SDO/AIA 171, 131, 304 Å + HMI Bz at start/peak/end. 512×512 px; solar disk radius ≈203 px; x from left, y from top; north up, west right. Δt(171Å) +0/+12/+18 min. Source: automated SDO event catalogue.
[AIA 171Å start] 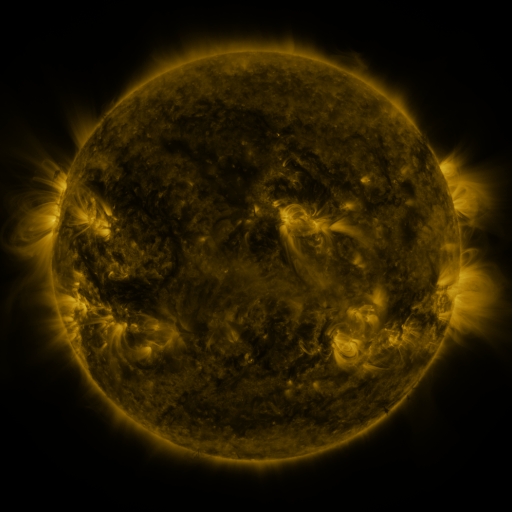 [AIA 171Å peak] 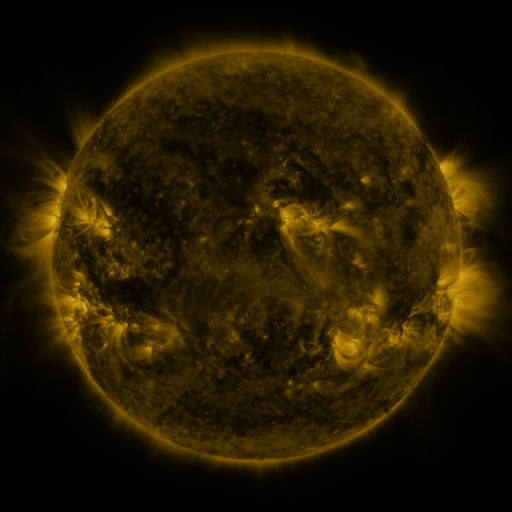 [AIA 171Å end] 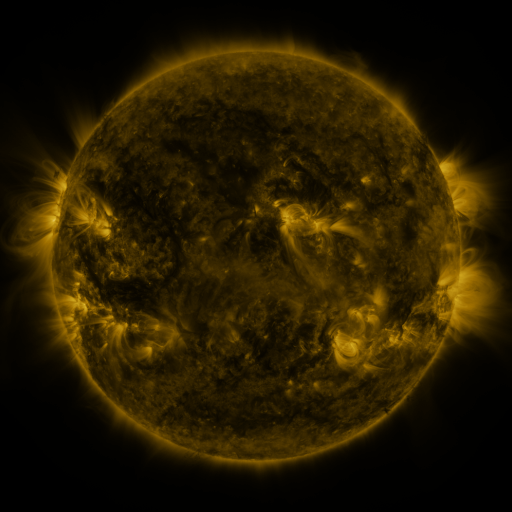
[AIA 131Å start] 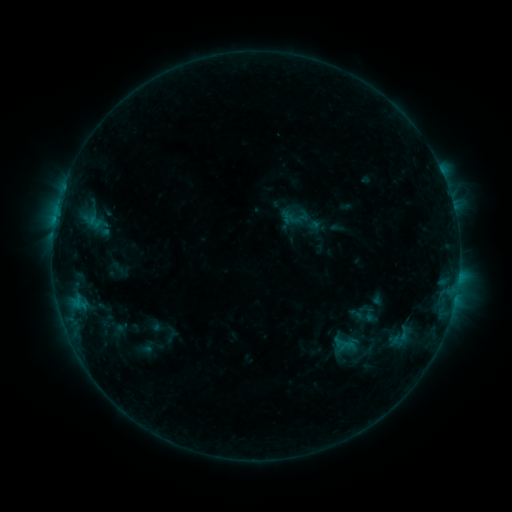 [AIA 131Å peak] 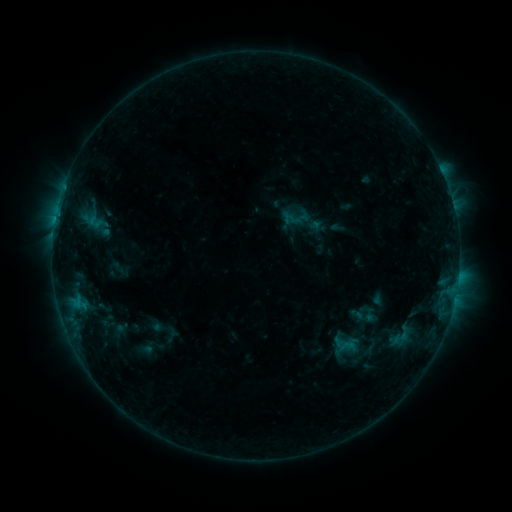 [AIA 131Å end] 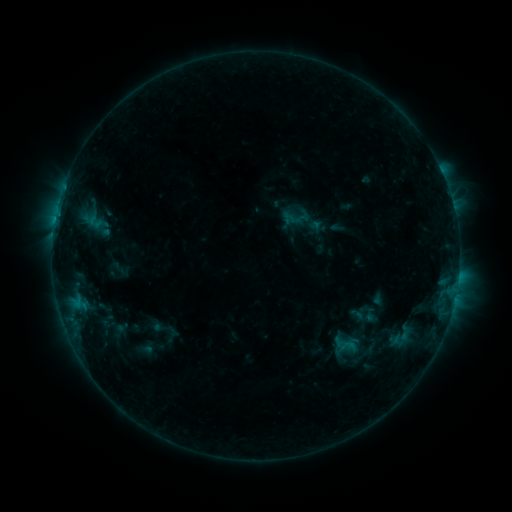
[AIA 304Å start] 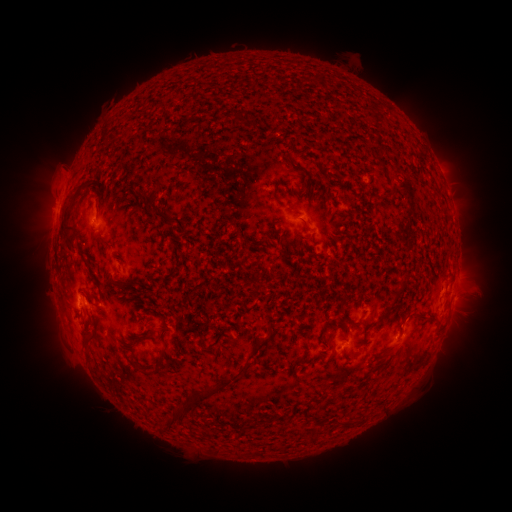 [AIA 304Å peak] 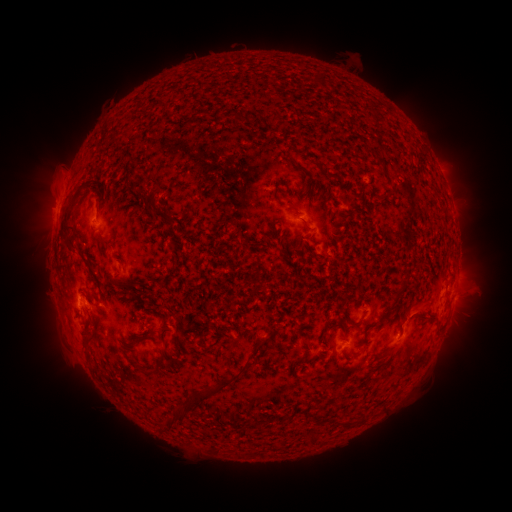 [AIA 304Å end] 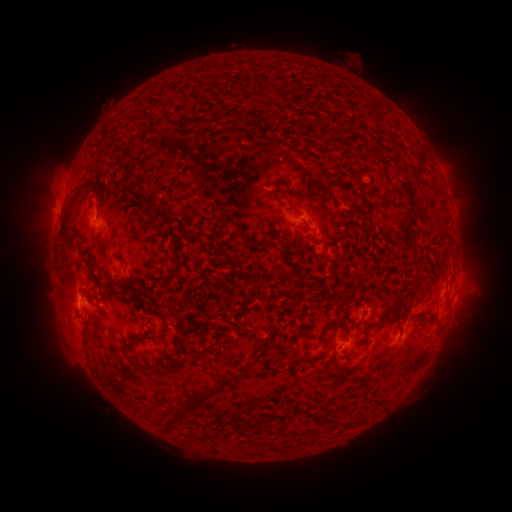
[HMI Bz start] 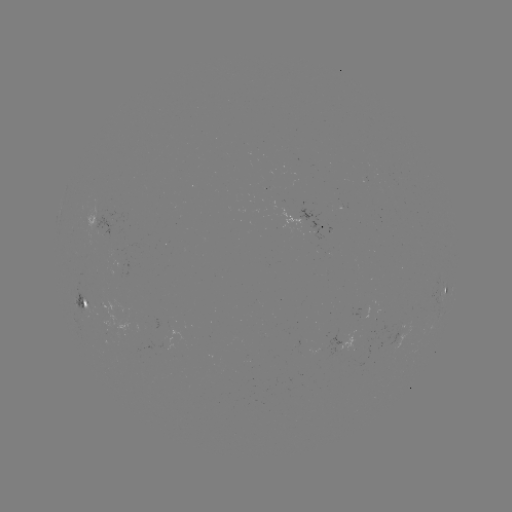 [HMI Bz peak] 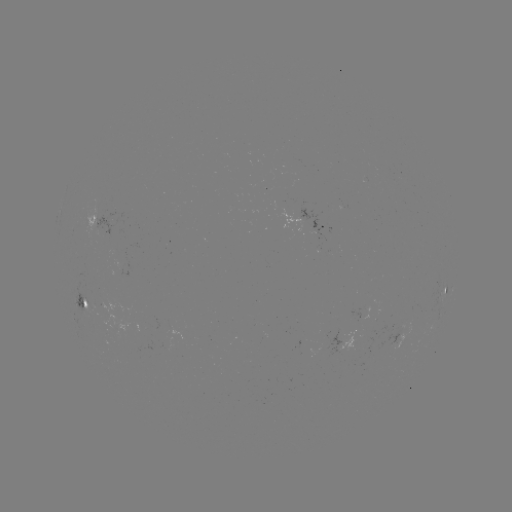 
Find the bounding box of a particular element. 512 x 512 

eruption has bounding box [388, 291, 433, 336].